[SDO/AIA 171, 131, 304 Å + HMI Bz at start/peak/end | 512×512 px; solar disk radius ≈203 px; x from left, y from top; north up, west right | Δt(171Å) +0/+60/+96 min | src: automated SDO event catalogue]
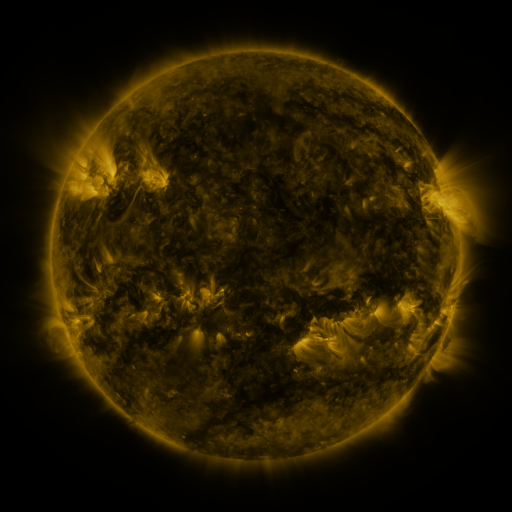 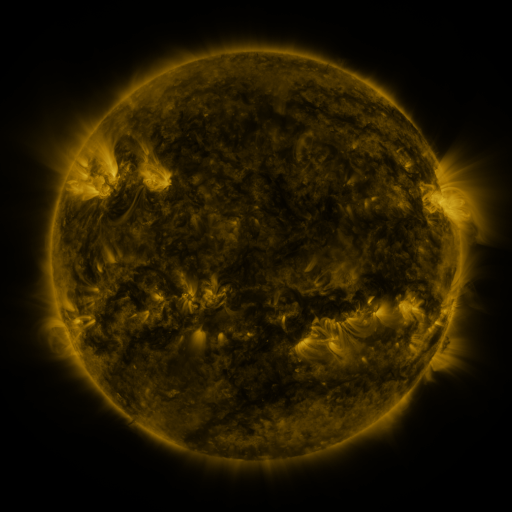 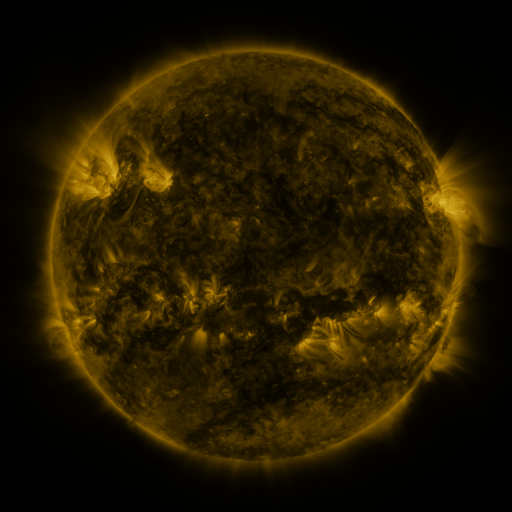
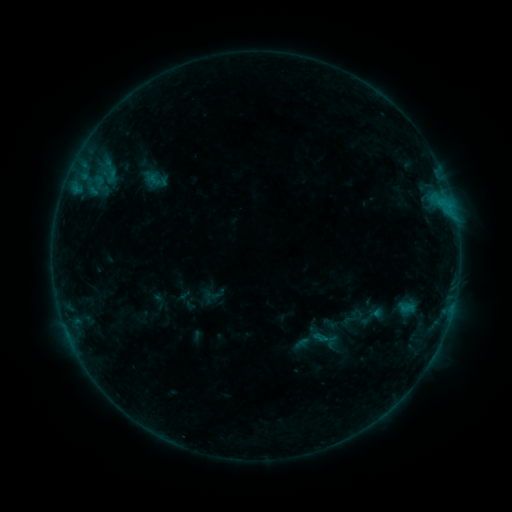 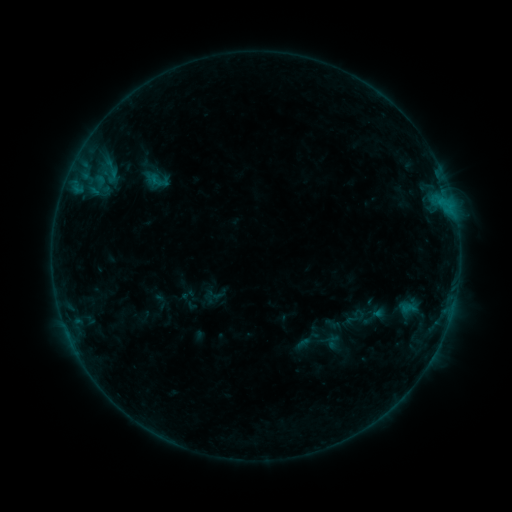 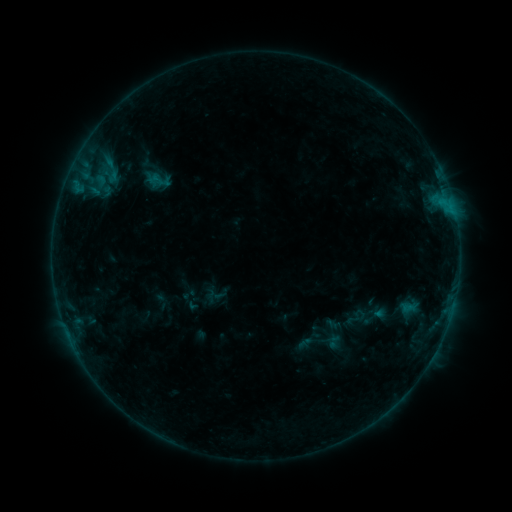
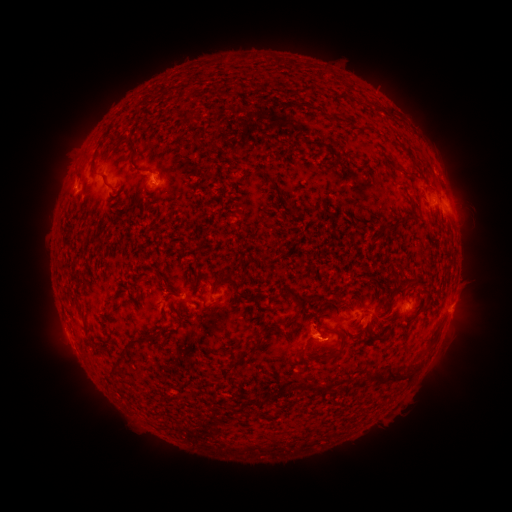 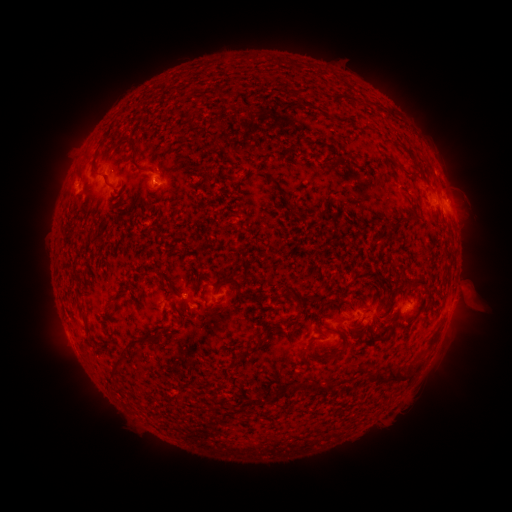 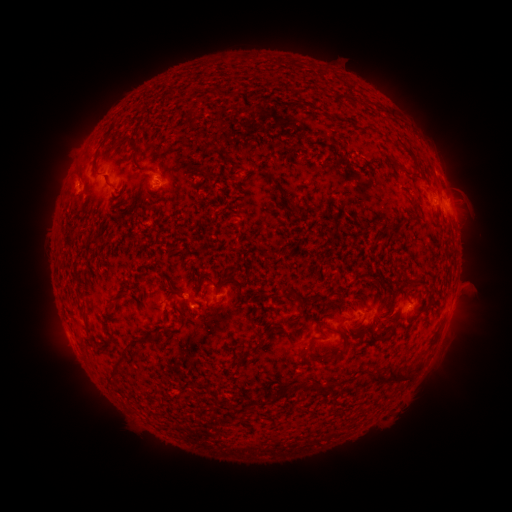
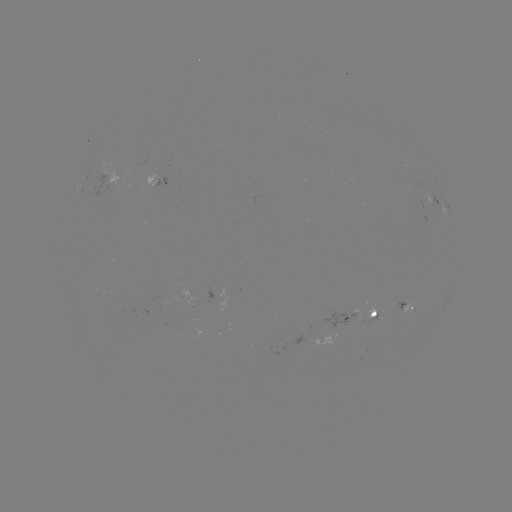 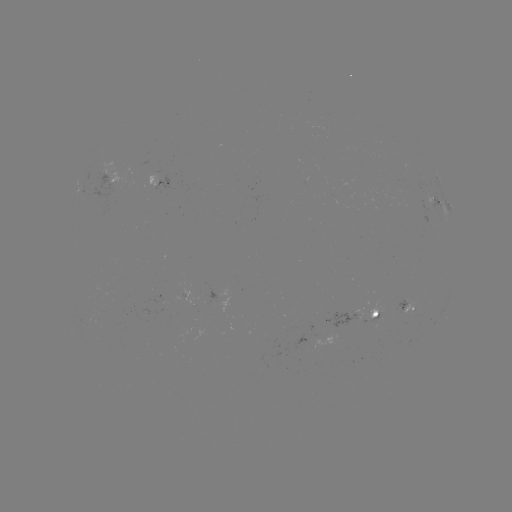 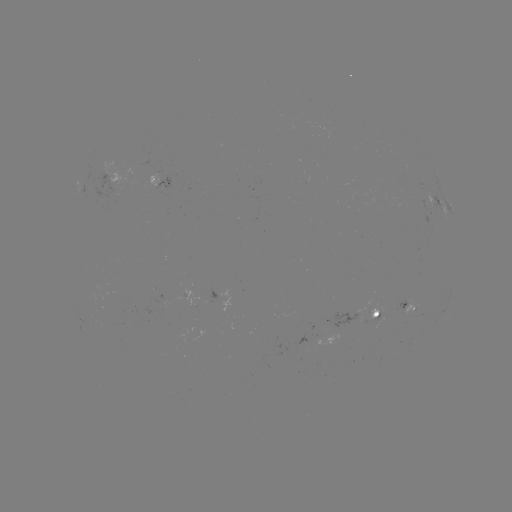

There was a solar emerging-flux region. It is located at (416, 305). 